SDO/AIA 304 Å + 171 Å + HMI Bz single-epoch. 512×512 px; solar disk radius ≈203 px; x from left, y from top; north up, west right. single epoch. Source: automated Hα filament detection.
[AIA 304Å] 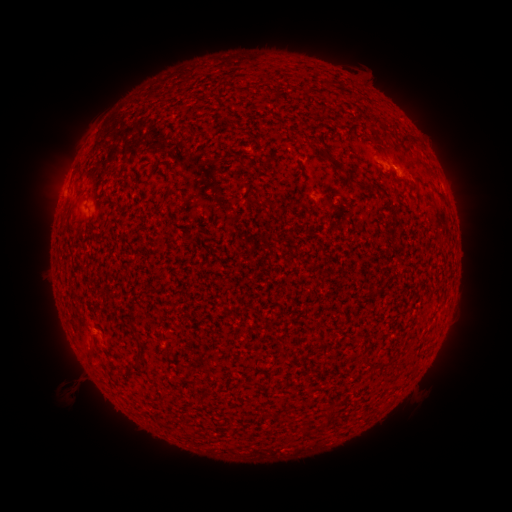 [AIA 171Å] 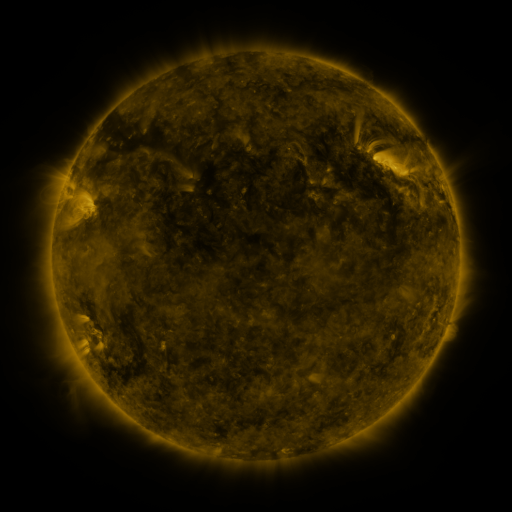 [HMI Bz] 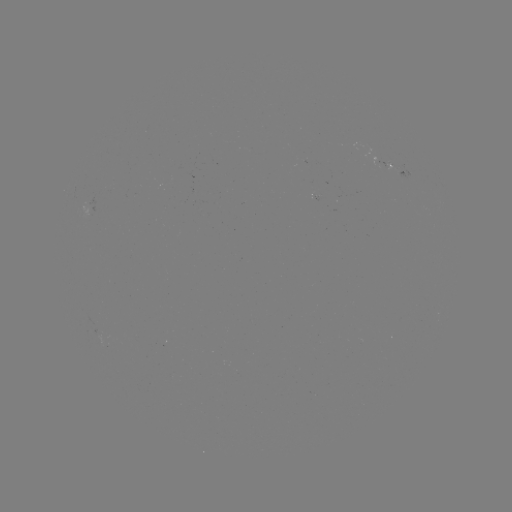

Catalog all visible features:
filament: (372, 118, 388, 131)
filament: (322, 149, 359, 185)
filament: (165, 187, 174, 199)
filament: (257, 199, 269, 210)
filament: (88, 344, 95, 357)
filament: (322, 406, 338, 427)
